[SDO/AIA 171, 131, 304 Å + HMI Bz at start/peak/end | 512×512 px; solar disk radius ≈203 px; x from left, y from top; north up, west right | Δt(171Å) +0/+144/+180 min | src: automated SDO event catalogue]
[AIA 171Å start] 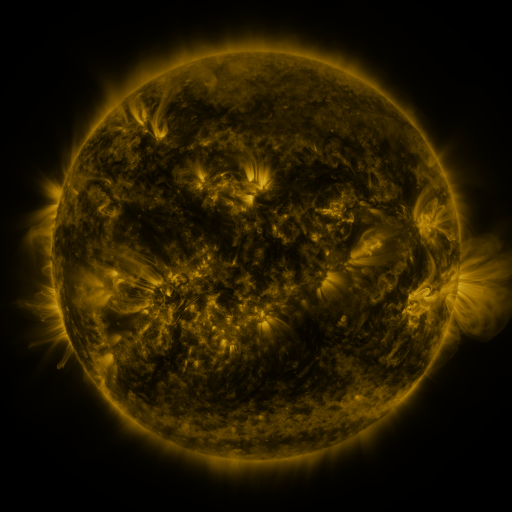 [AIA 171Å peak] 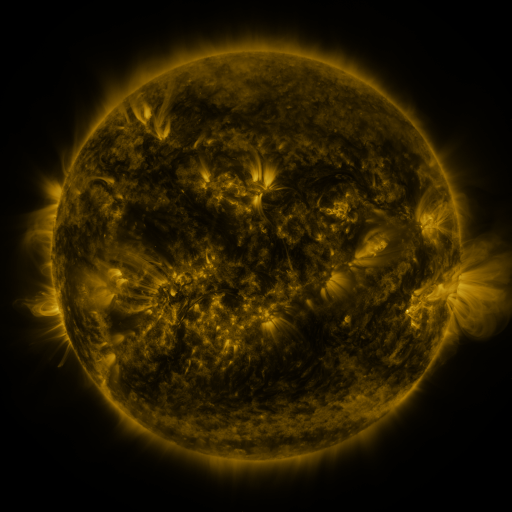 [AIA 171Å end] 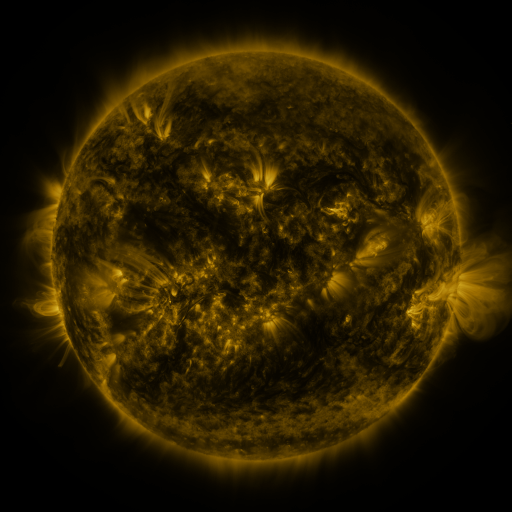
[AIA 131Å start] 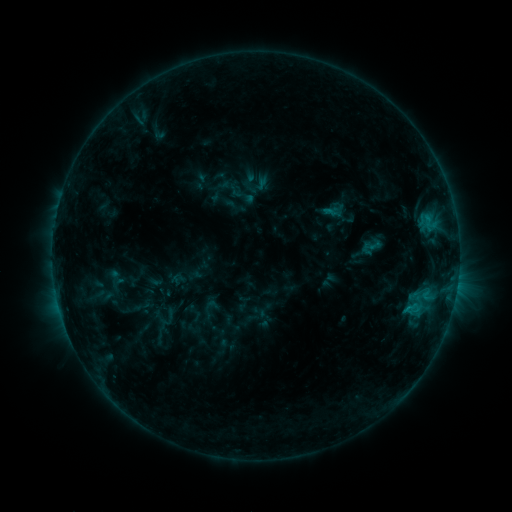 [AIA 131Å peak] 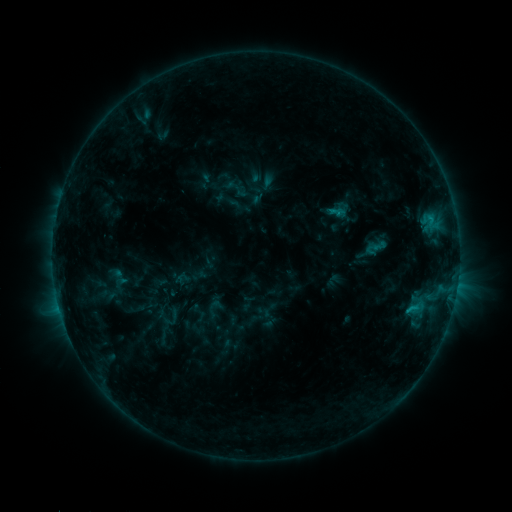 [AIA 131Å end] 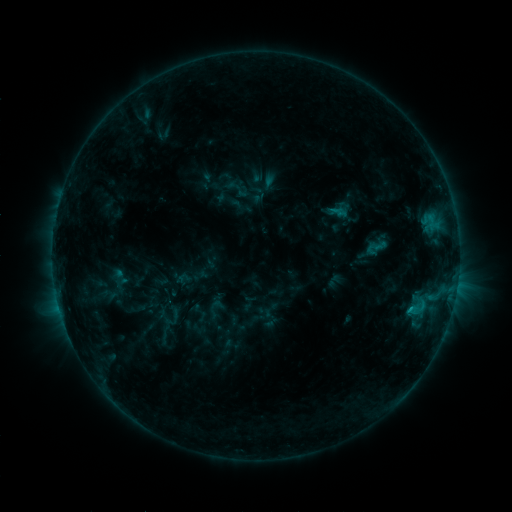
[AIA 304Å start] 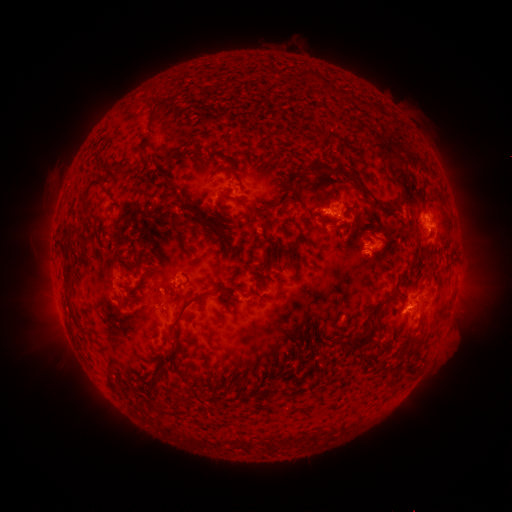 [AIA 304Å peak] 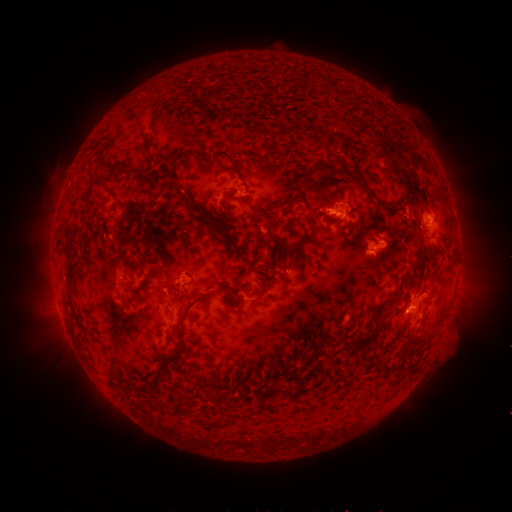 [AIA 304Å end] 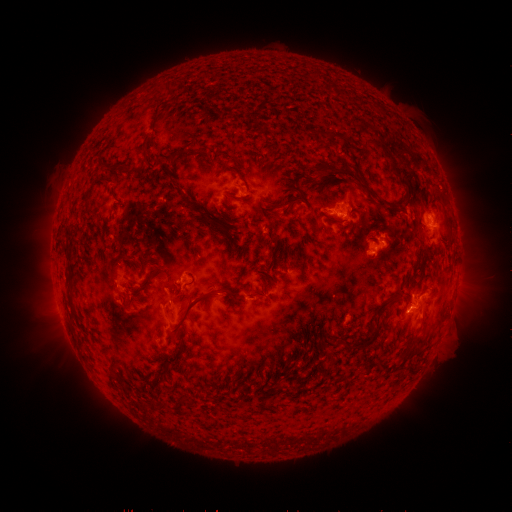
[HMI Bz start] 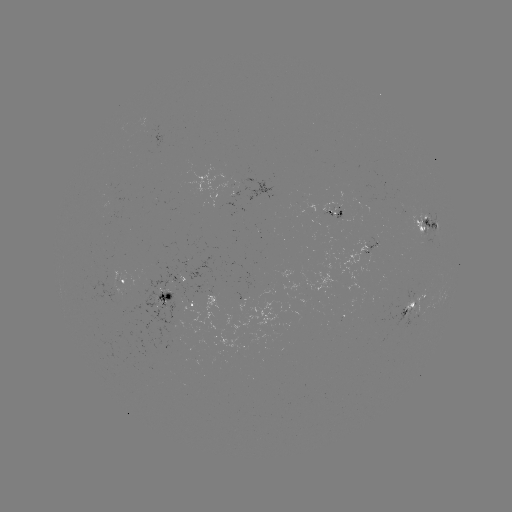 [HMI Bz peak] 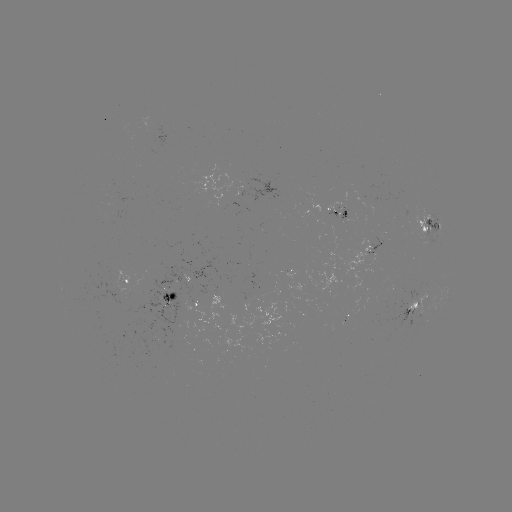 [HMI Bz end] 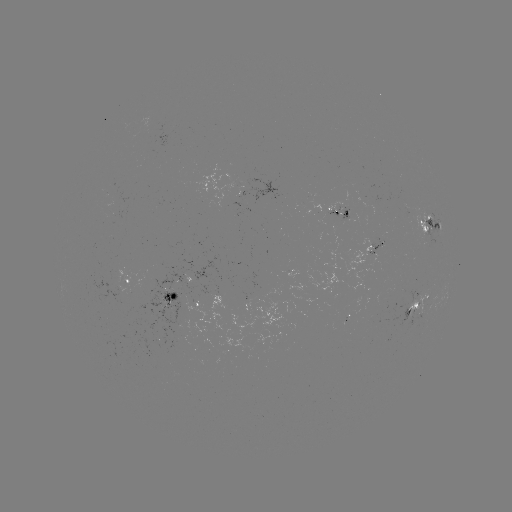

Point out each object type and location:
emerging-flux region: (375, 252)
